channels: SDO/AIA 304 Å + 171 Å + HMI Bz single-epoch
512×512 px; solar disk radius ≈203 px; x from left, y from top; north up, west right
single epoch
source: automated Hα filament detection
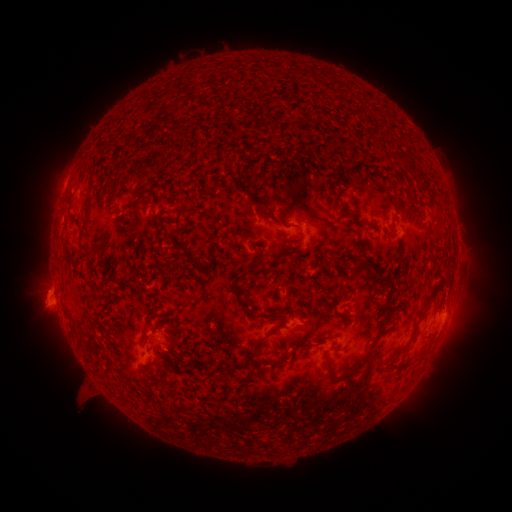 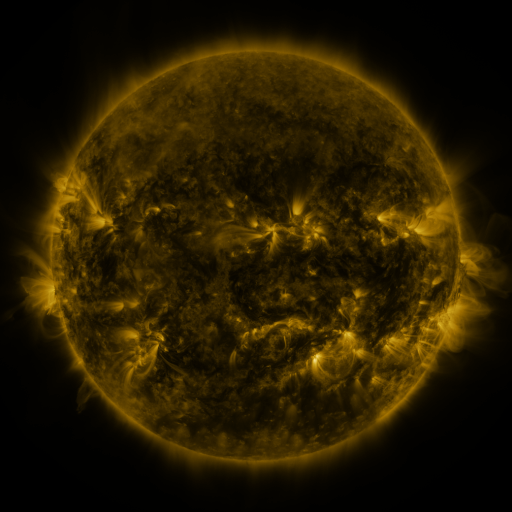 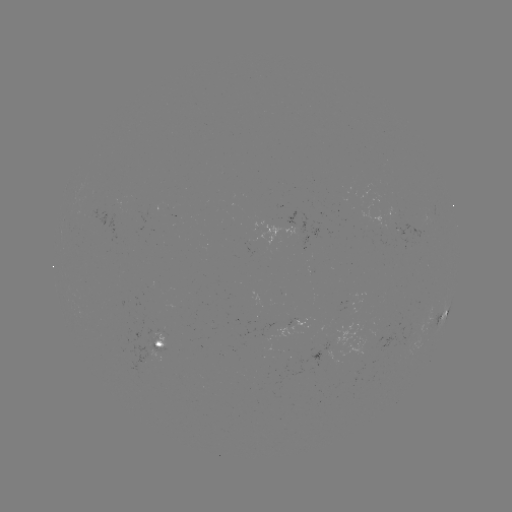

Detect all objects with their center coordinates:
filament: (397, 158)
filament: (262, 208)
filament: (348, 215)
filament: (162, 220)
filament: (289, 226)
filament: (84, 254)
filament: (191, 257)
filament: (358, 268)
filament: (236, 281)
filament: (288, 312)
filament: (260, 315)
filament: (334, 317)
filament: (385, 323)
filament: (260, 339)
filament: (167, 347)
filament: (345, 375)
filament: (165, 380)
filament: (153, 382)
